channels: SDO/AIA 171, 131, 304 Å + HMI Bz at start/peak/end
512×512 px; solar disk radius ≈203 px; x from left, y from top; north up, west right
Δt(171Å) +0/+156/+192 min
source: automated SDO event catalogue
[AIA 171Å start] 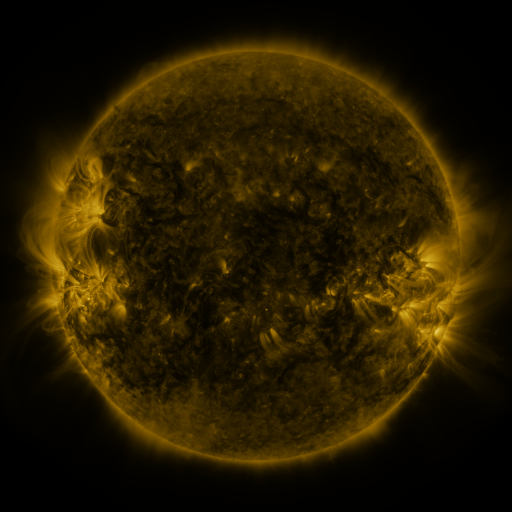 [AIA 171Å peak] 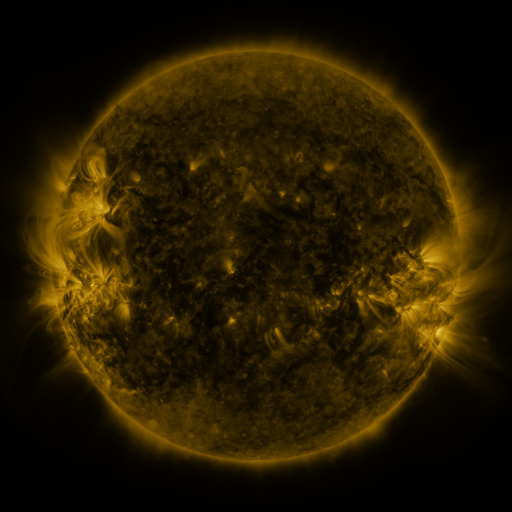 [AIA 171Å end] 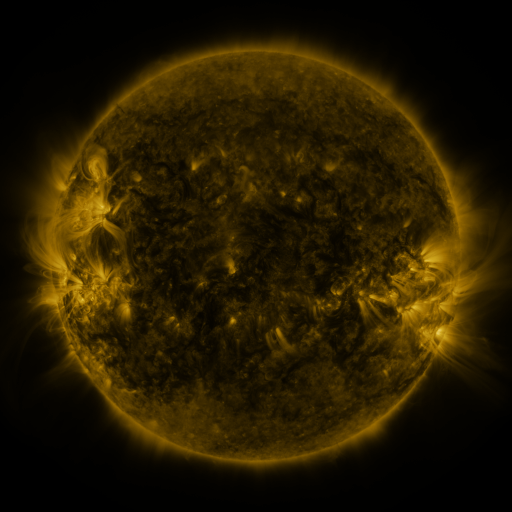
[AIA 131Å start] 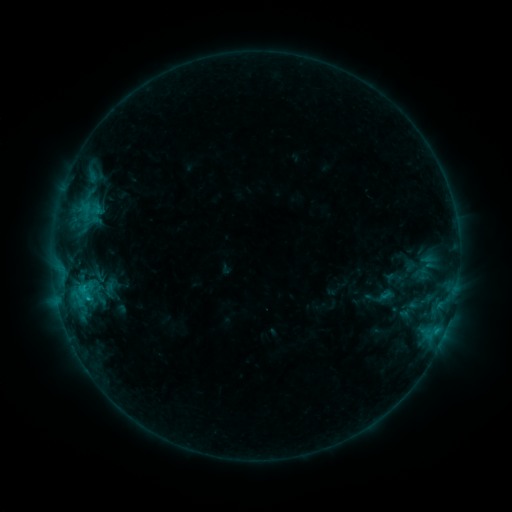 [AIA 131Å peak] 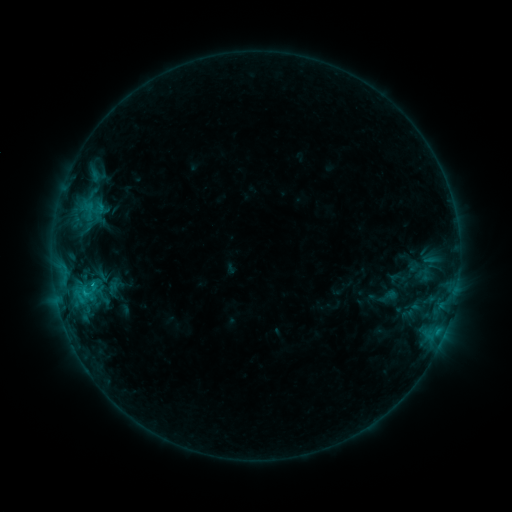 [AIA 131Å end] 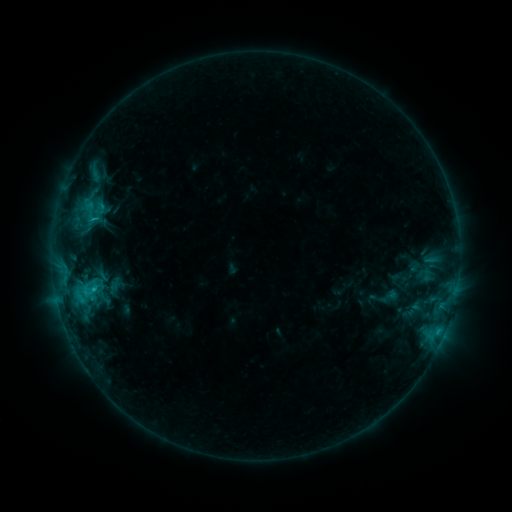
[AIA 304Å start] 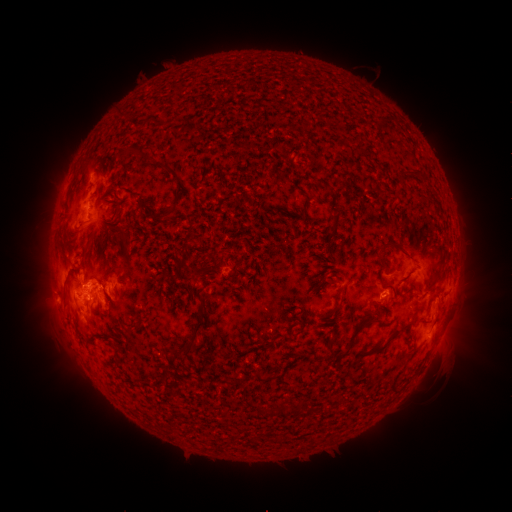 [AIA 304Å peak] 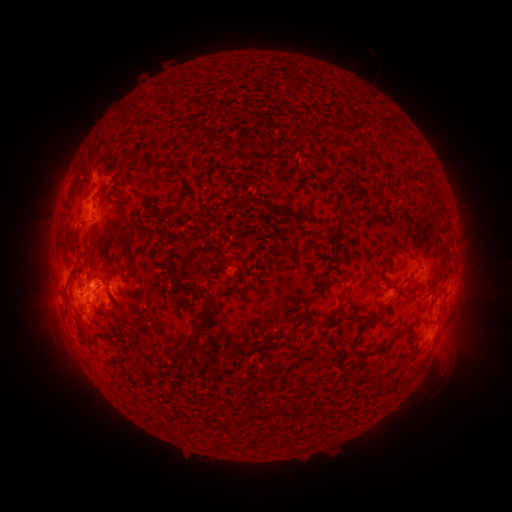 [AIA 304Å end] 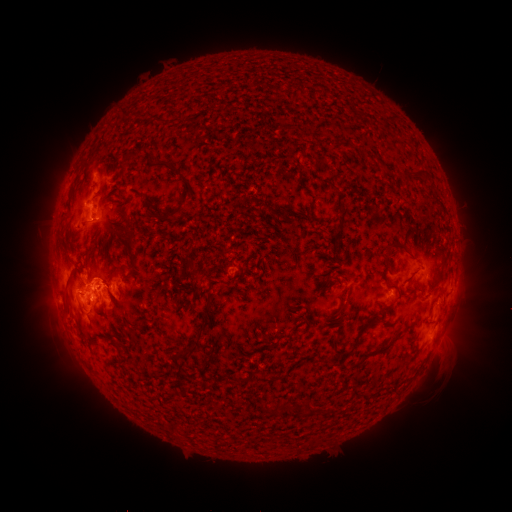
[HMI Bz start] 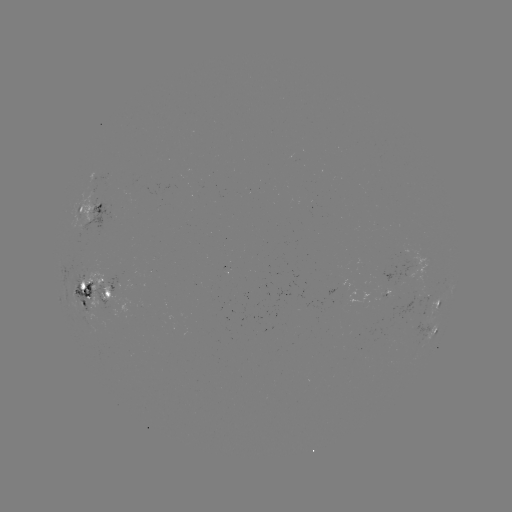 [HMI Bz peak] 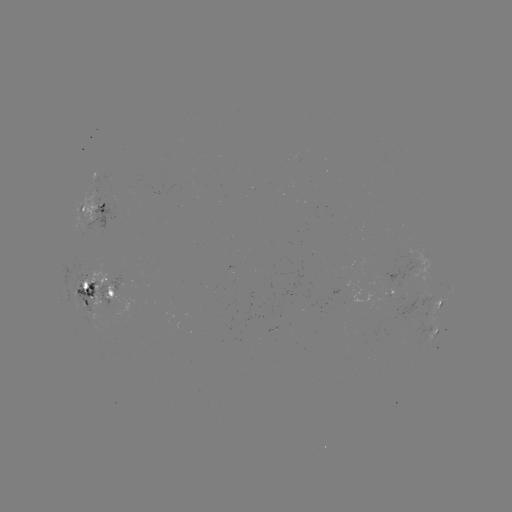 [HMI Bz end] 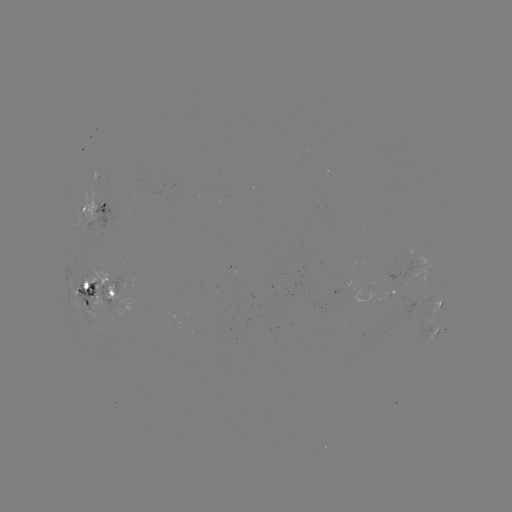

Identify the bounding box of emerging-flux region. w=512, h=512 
[71, 266, 139, 320].